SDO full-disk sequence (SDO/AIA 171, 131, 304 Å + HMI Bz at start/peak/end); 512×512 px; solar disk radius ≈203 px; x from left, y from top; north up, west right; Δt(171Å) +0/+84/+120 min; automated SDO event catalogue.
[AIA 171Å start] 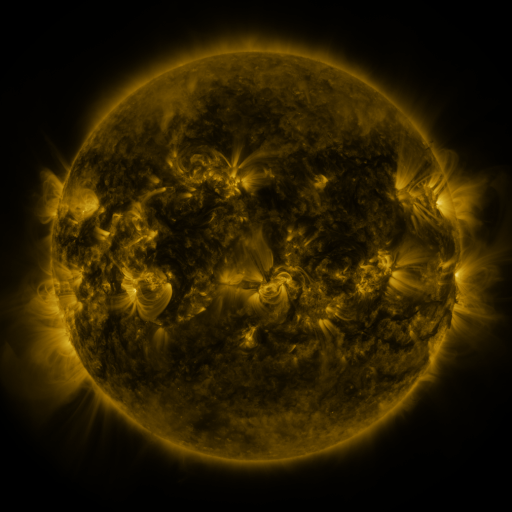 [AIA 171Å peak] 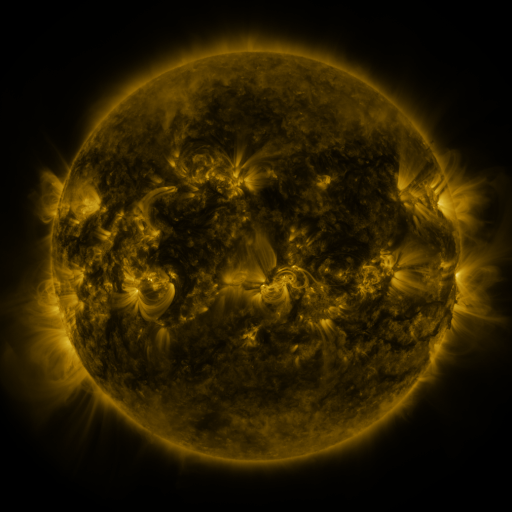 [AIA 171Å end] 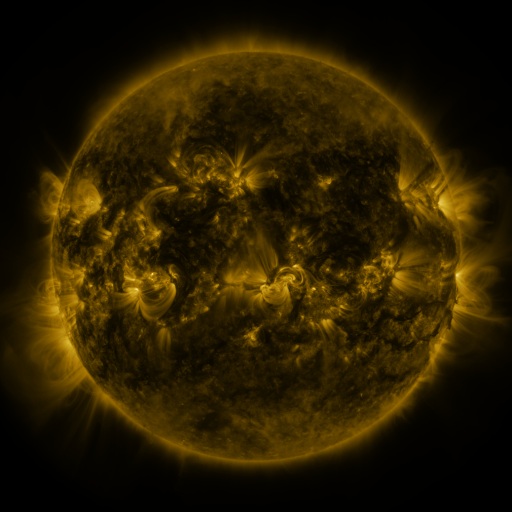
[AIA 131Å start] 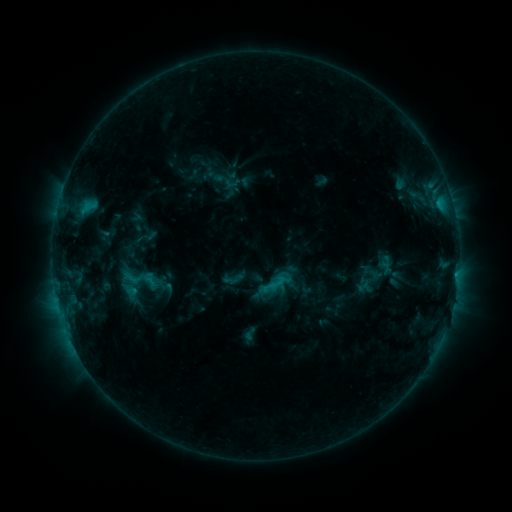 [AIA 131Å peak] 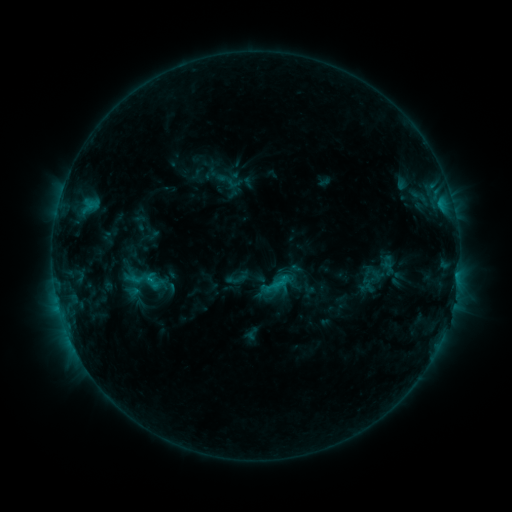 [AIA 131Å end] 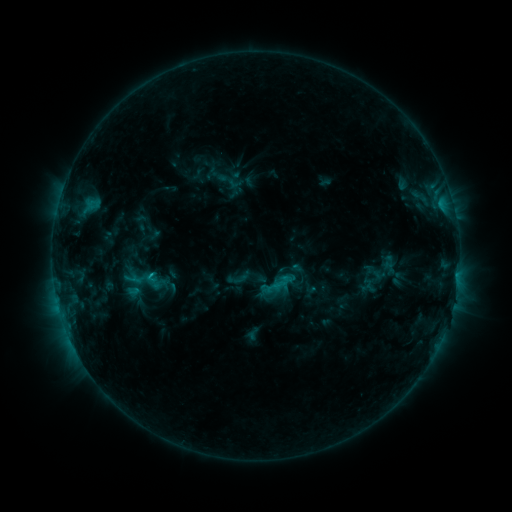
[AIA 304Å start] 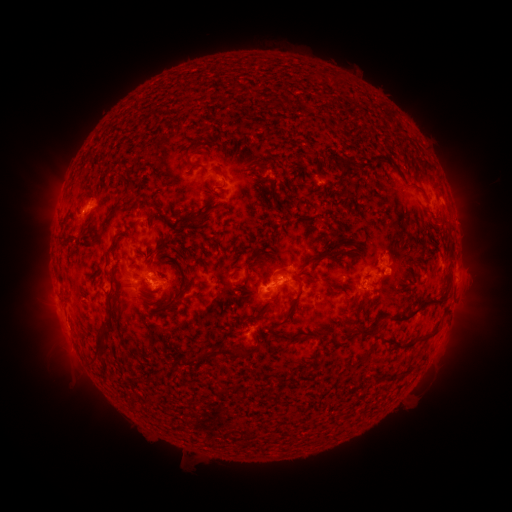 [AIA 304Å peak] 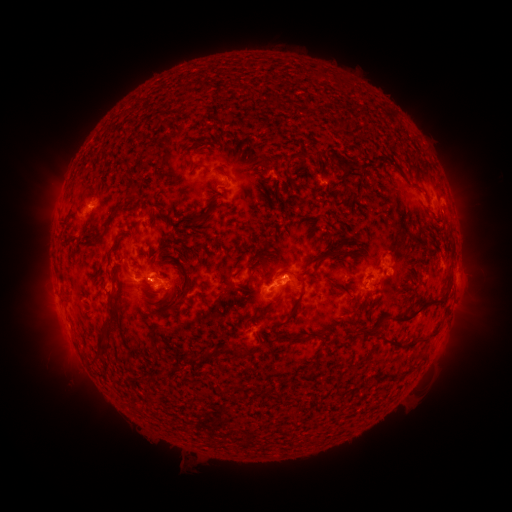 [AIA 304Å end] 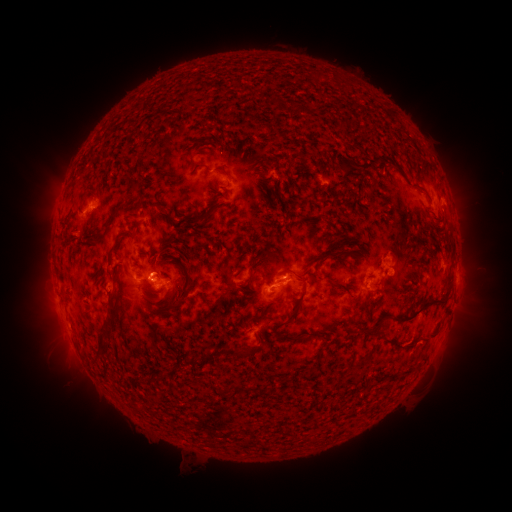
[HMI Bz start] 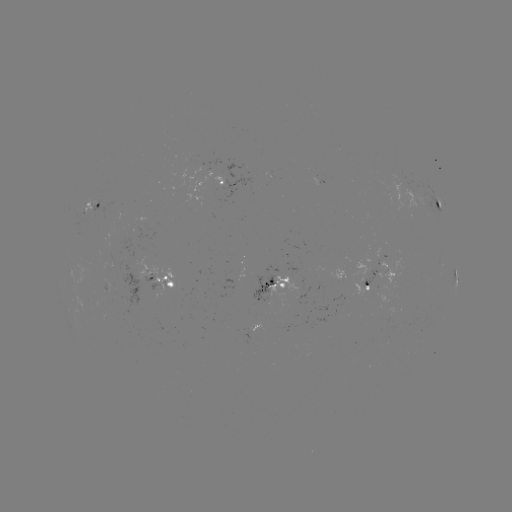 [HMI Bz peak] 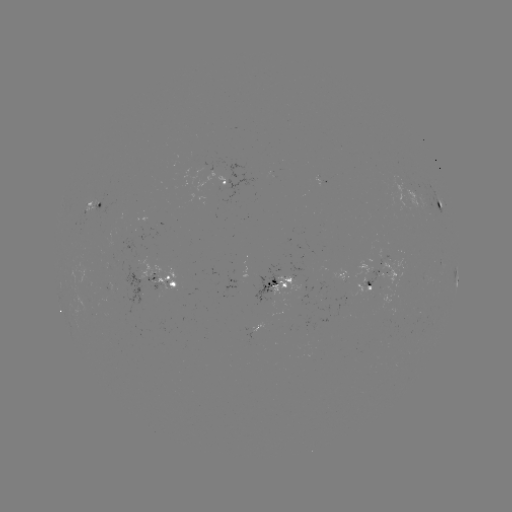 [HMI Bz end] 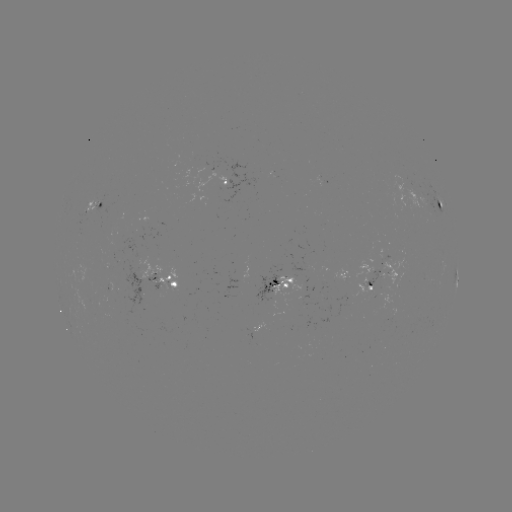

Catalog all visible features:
emerging-flux region: (389, 272)
